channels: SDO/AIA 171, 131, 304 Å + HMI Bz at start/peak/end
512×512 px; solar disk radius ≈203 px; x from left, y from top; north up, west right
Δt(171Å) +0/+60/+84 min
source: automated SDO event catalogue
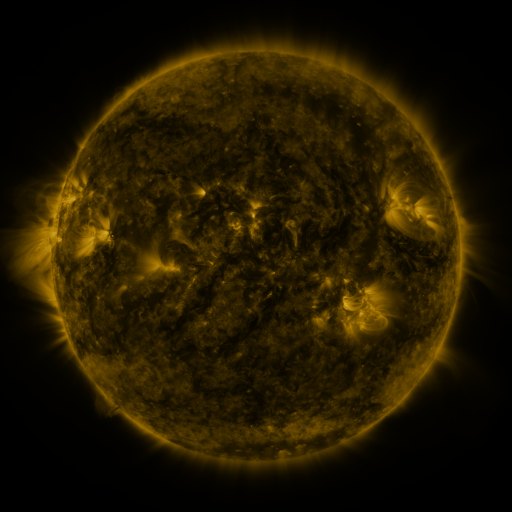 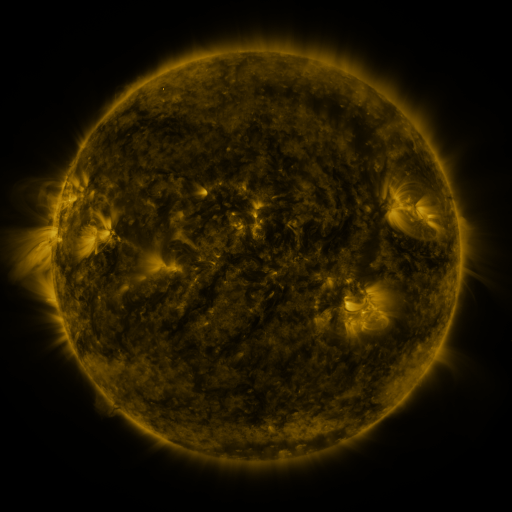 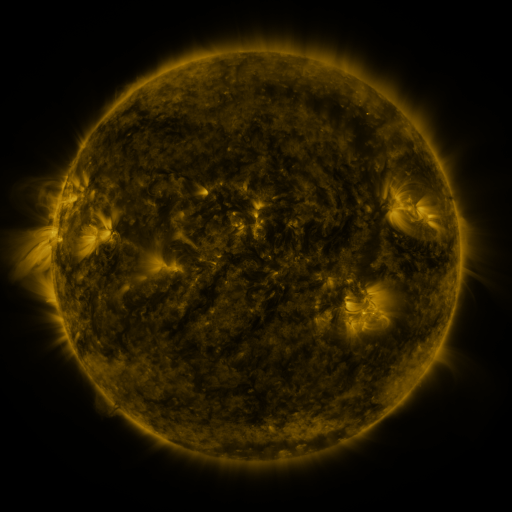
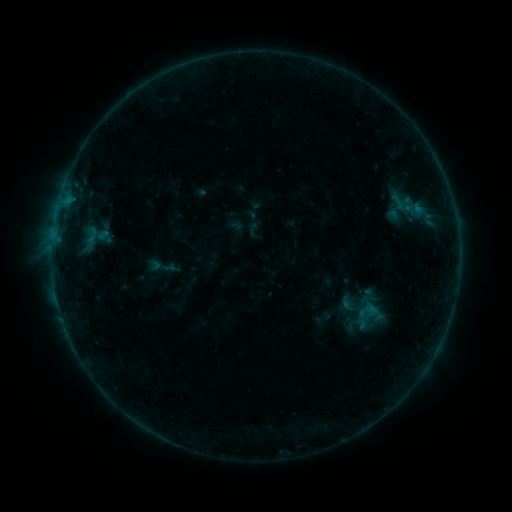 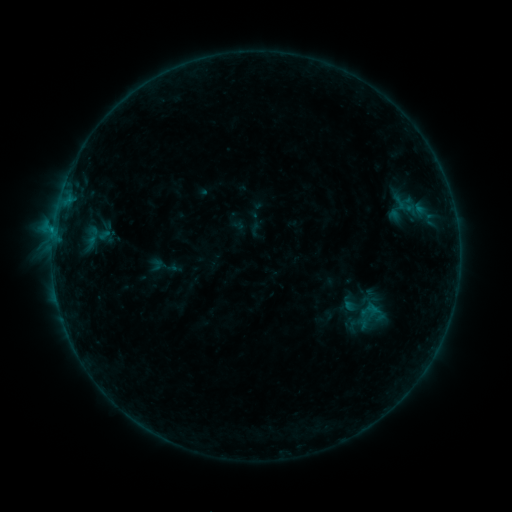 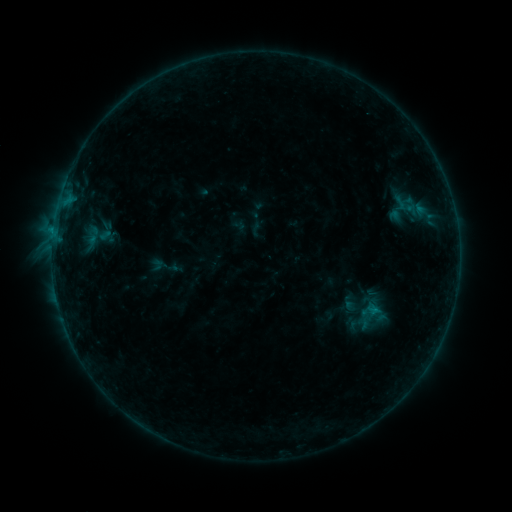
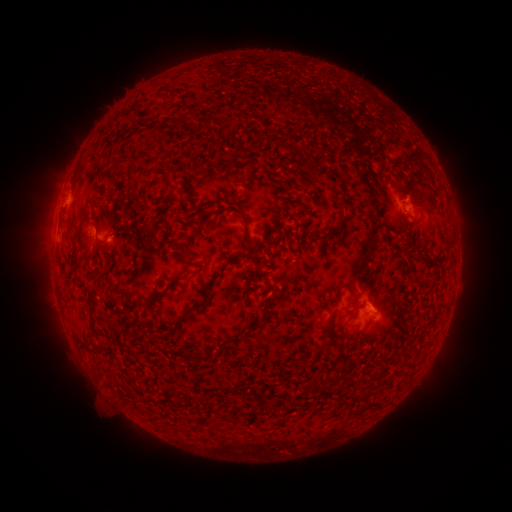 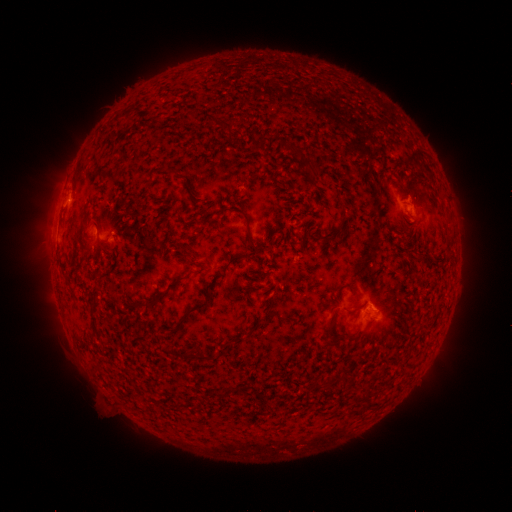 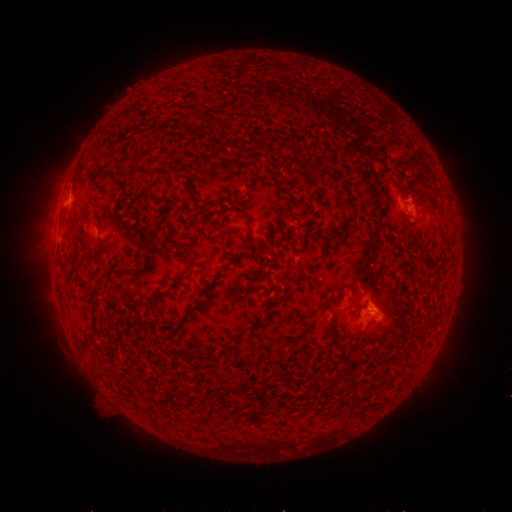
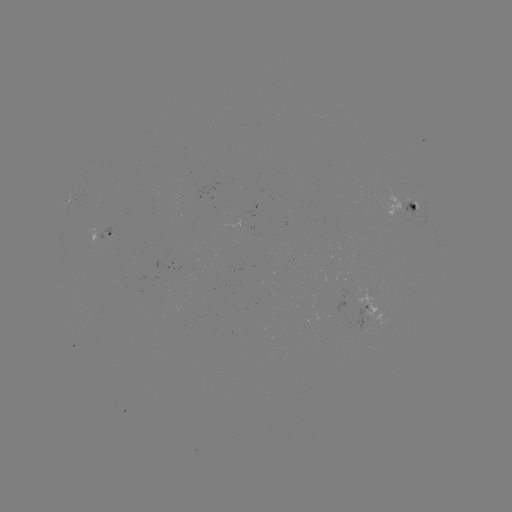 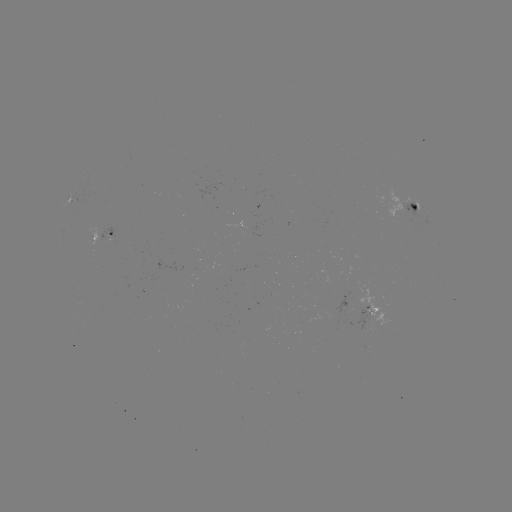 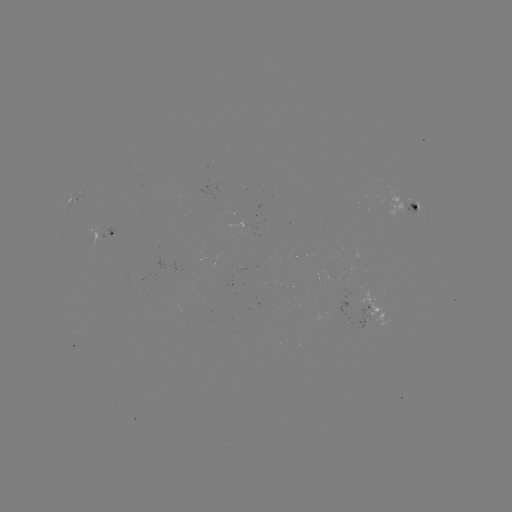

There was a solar emerging-flux region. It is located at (323, 280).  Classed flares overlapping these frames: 1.